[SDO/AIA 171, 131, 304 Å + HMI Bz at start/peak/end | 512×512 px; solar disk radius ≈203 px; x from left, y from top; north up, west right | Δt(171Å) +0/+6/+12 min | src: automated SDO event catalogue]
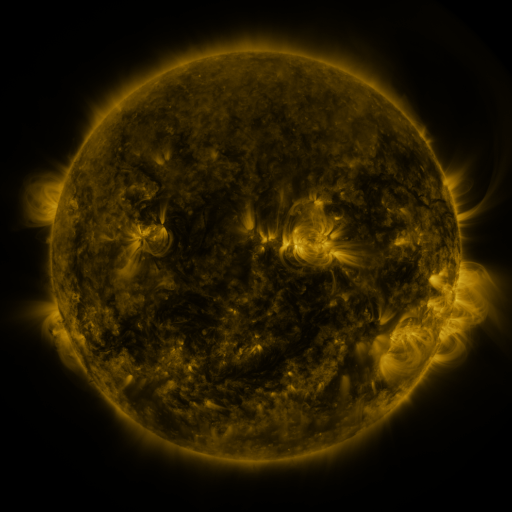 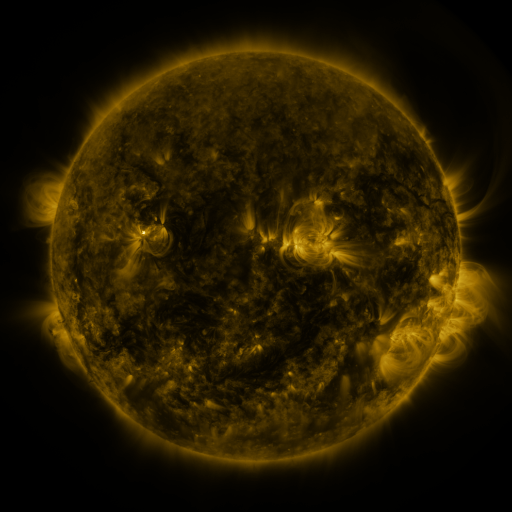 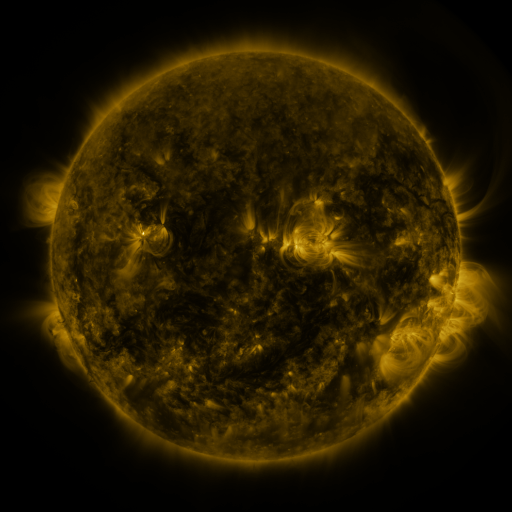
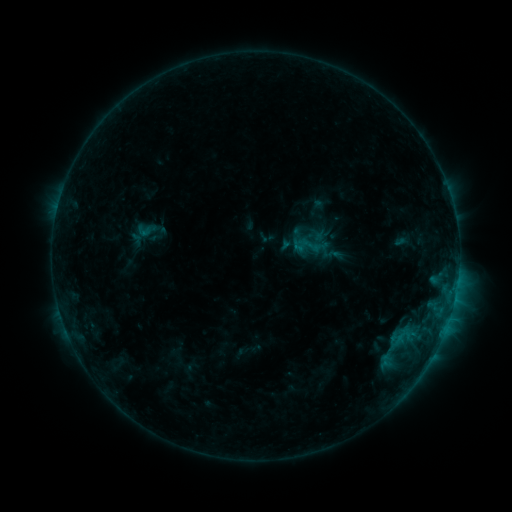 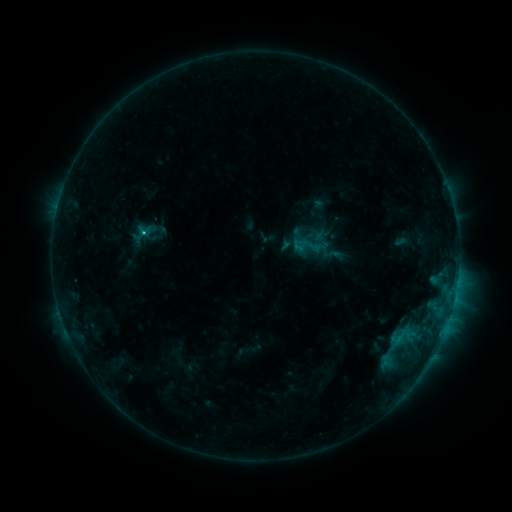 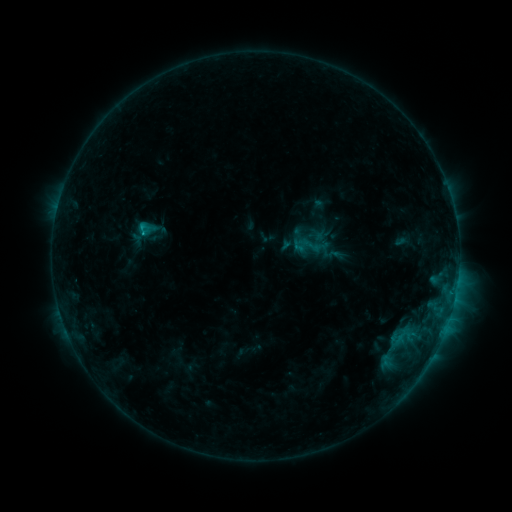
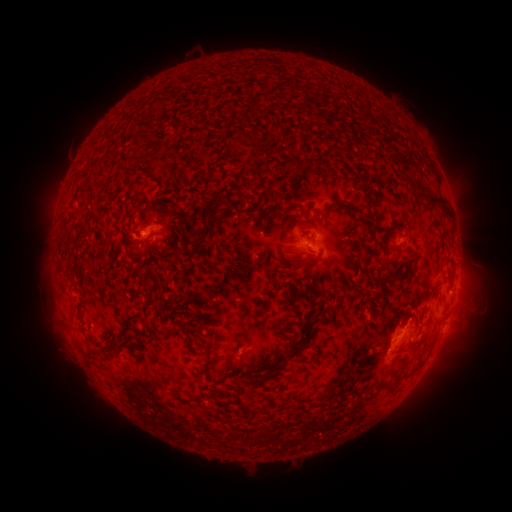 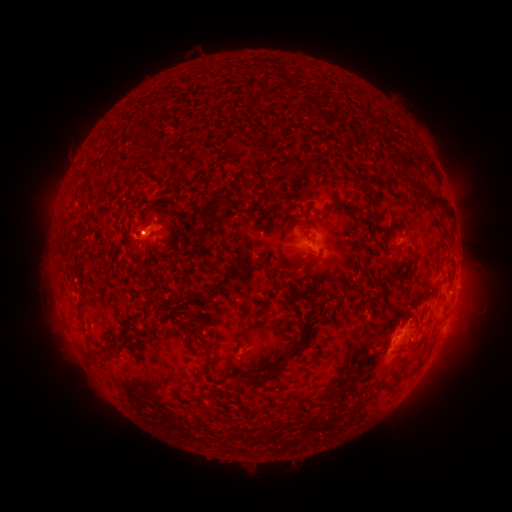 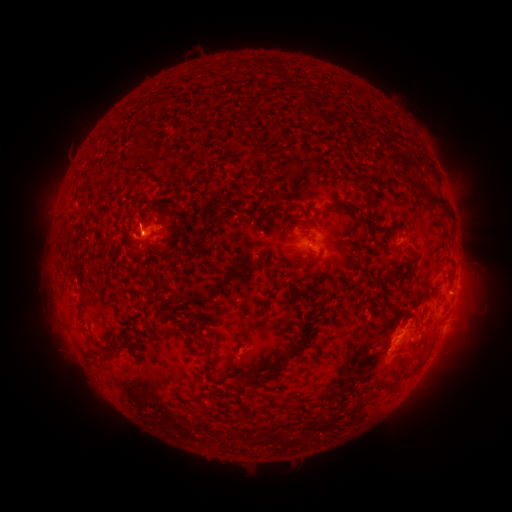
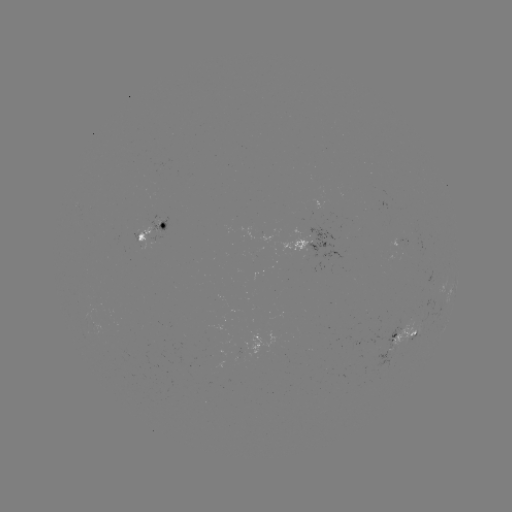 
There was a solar flare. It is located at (144, 235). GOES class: C2.7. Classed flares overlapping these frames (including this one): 1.